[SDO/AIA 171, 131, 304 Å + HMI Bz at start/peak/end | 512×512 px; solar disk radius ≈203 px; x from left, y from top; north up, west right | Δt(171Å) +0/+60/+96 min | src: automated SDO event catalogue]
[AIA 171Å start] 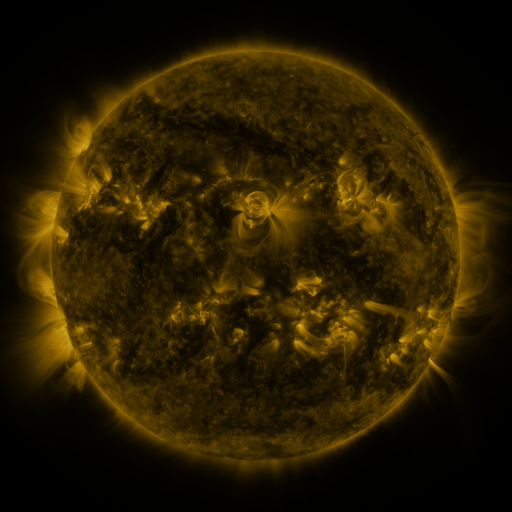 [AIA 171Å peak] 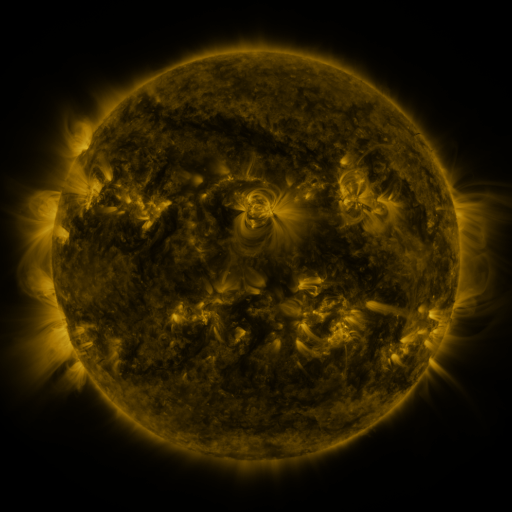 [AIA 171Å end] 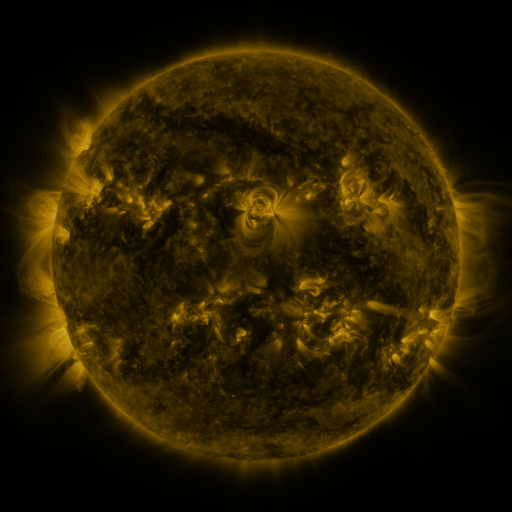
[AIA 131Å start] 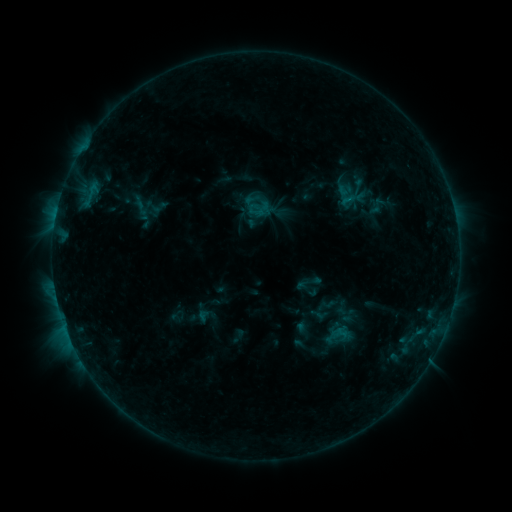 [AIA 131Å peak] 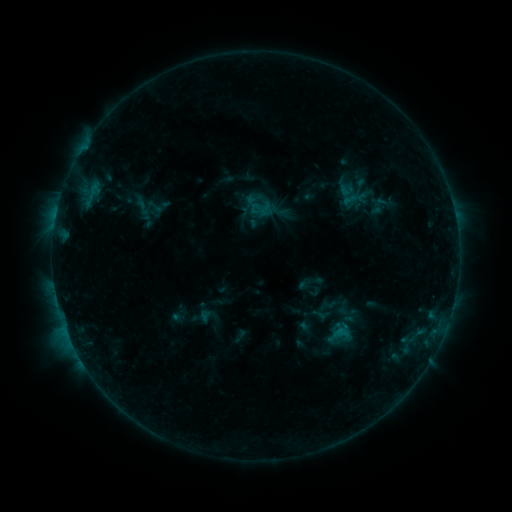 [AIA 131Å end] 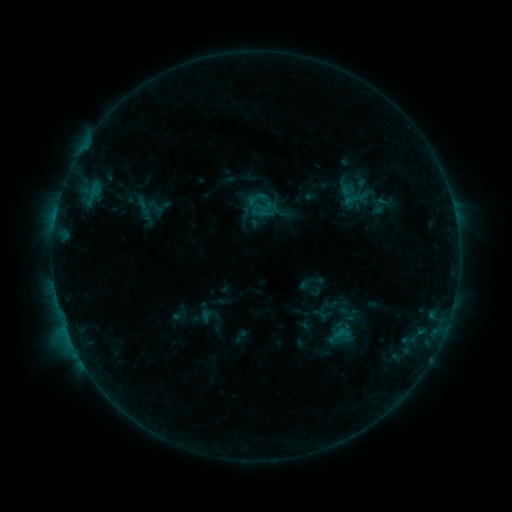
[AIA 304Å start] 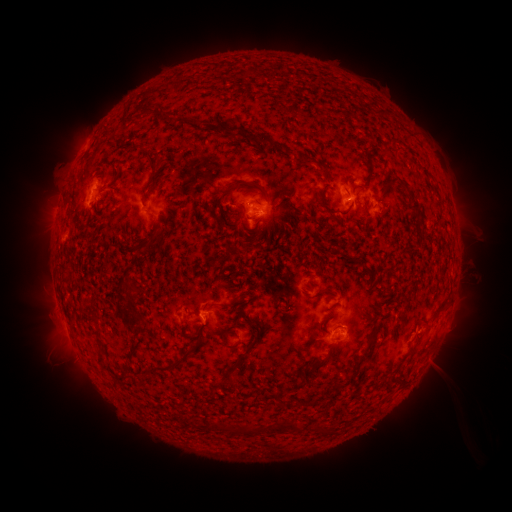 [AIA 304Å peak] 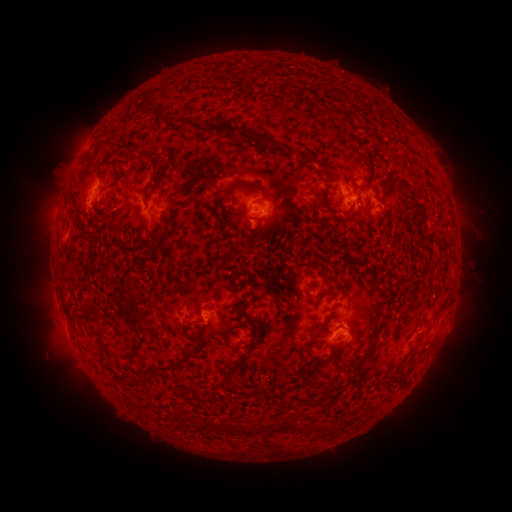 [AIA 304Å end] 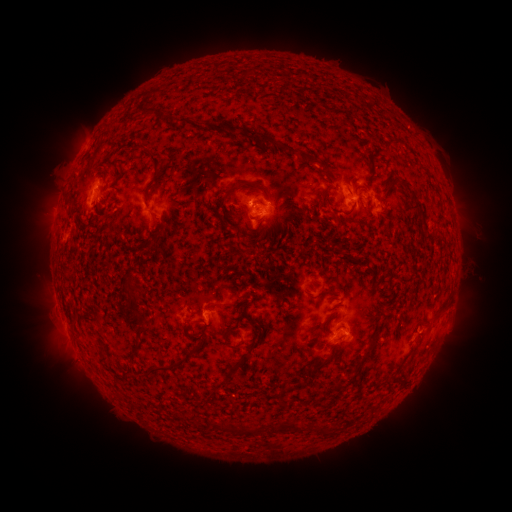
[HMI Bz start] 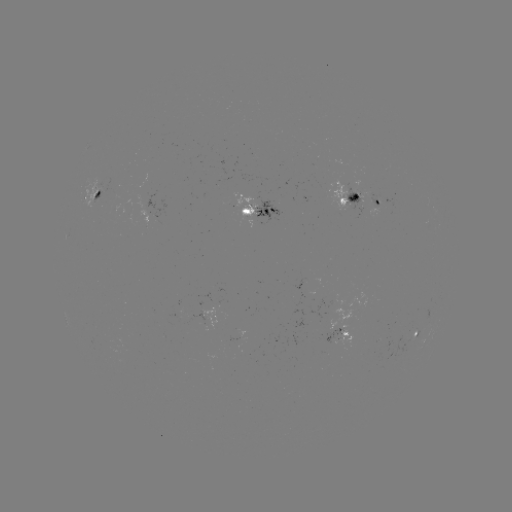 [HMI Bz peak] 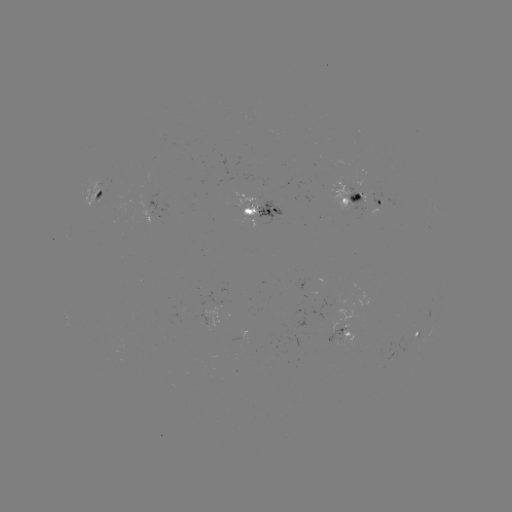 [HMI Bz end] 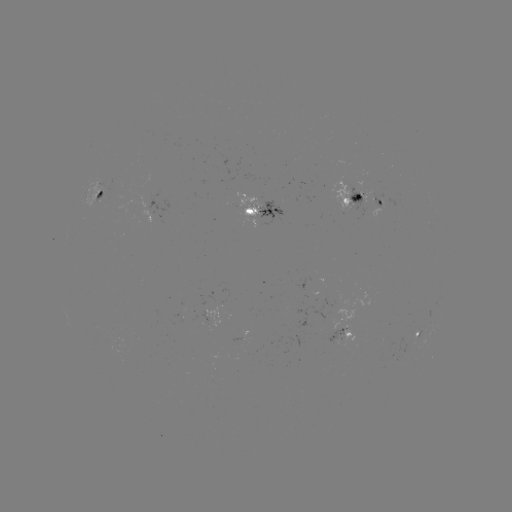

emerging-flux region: <bbox>325, 330, 342, 342</bbox>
